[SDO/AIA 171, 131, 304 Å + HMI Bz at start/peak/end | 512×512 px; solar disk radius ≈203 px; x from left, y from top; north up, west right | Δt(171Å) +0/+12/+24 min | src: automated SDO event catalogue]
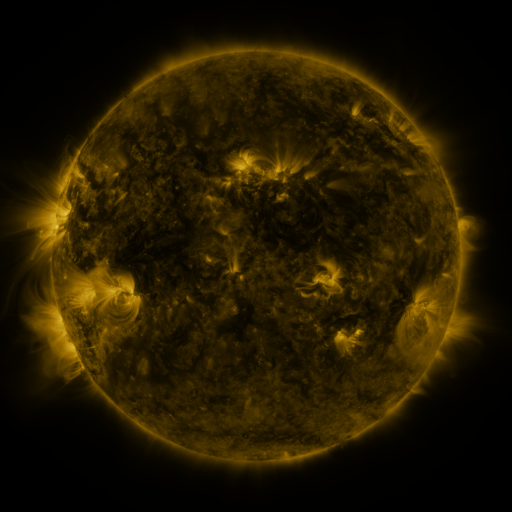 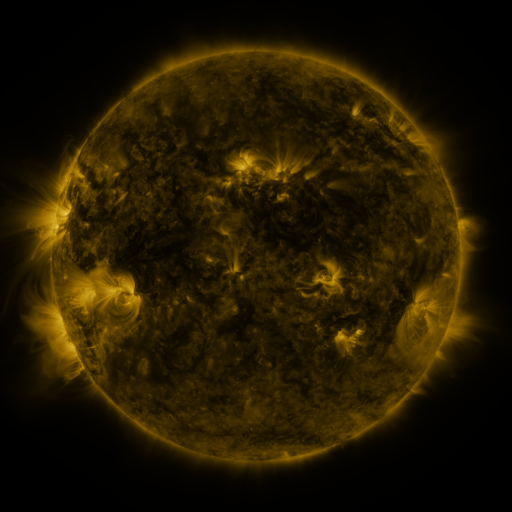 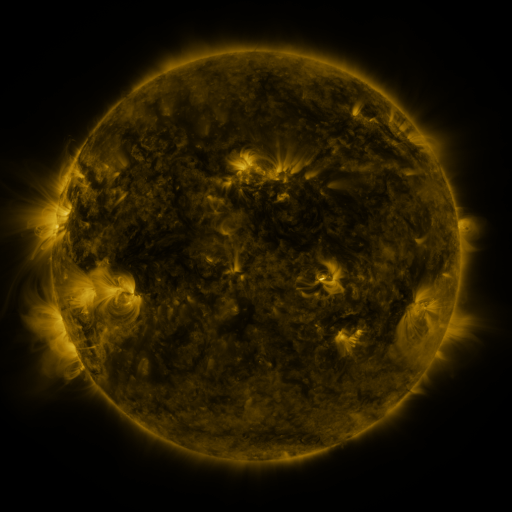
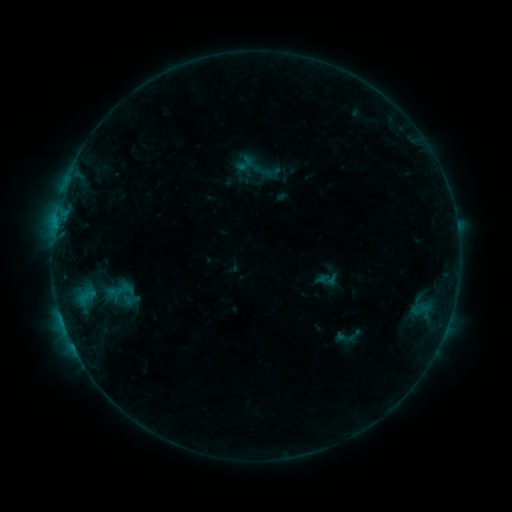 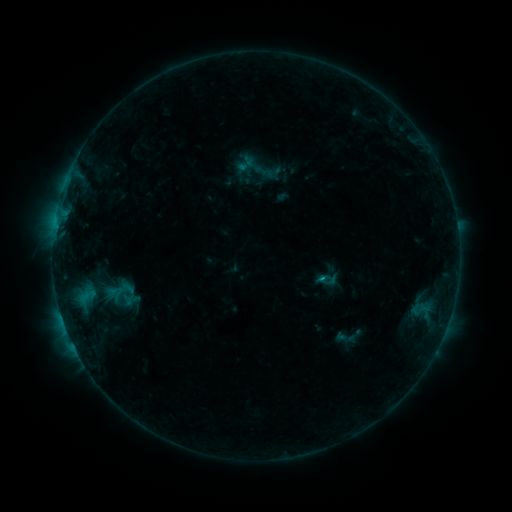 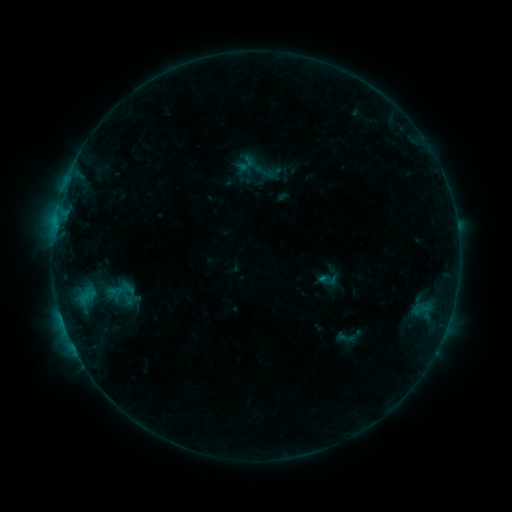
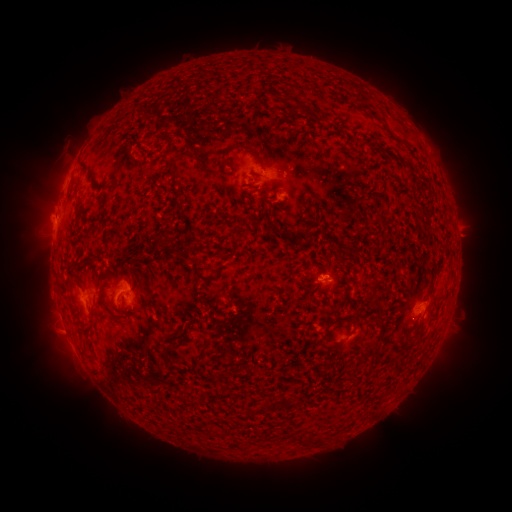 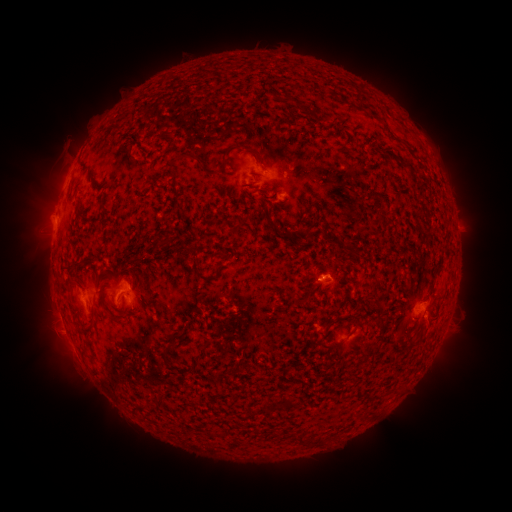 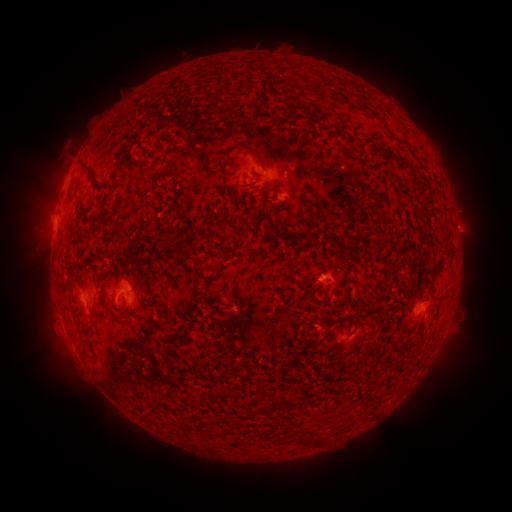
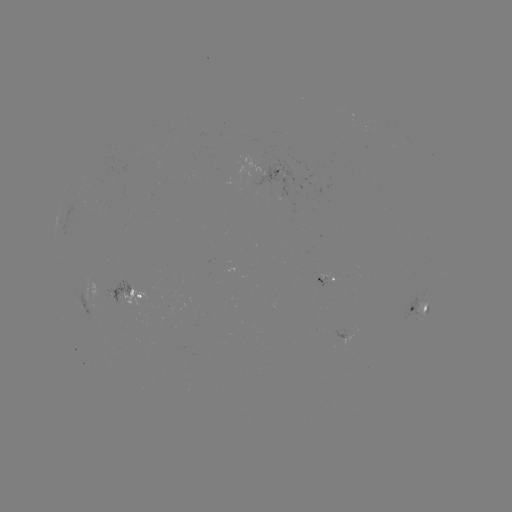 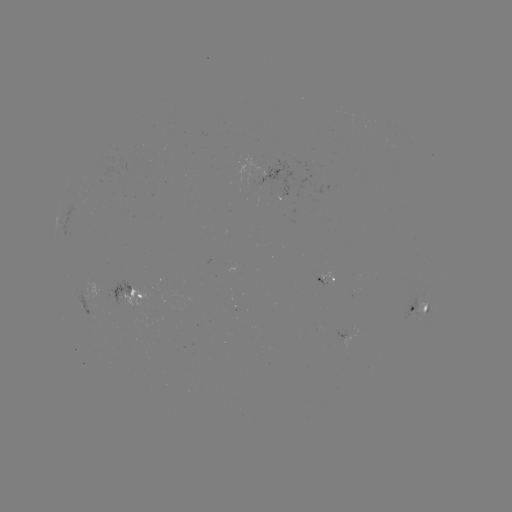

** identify B5.5 flare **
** [320, 277] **